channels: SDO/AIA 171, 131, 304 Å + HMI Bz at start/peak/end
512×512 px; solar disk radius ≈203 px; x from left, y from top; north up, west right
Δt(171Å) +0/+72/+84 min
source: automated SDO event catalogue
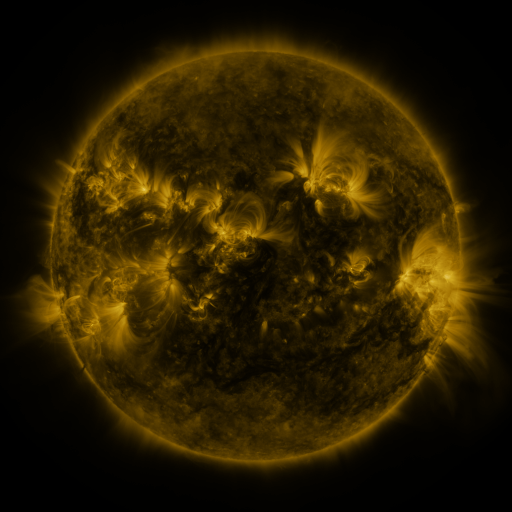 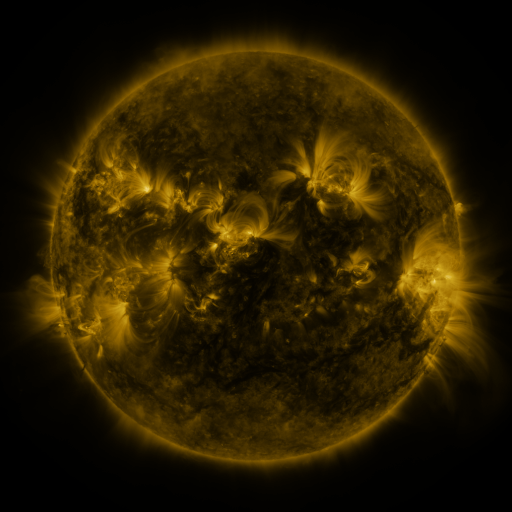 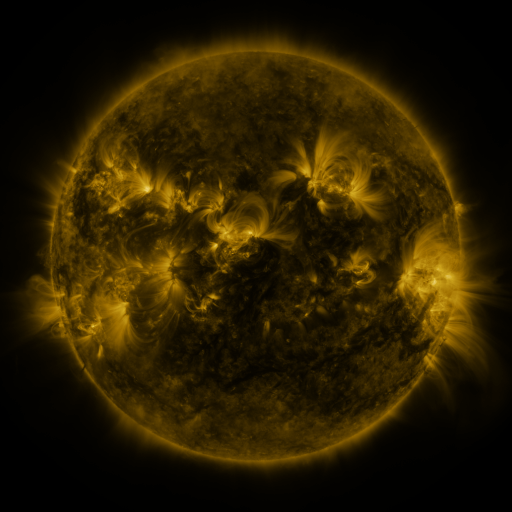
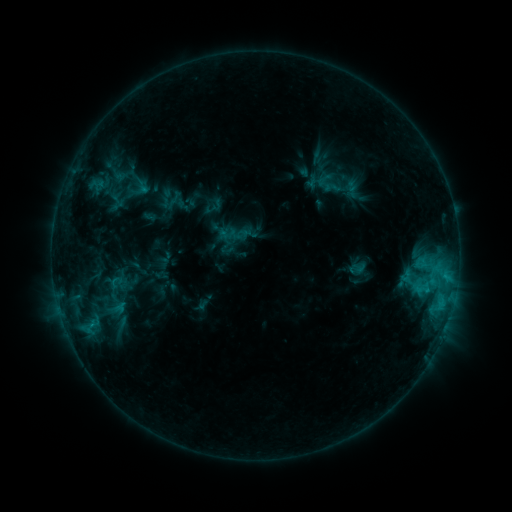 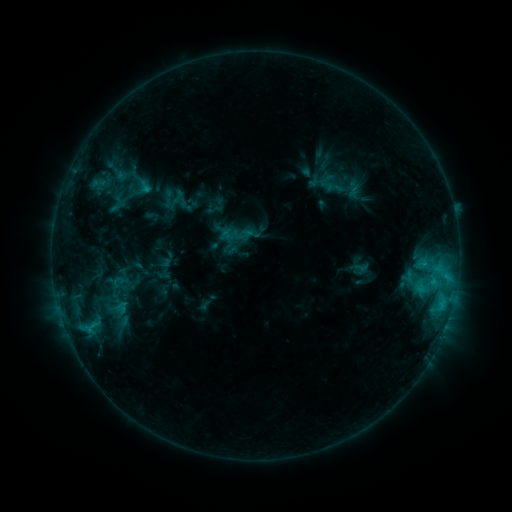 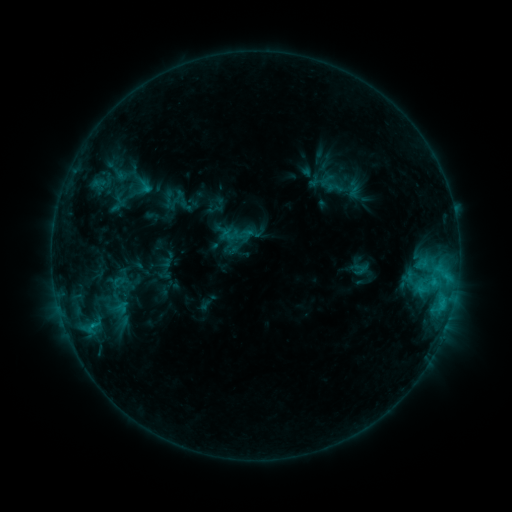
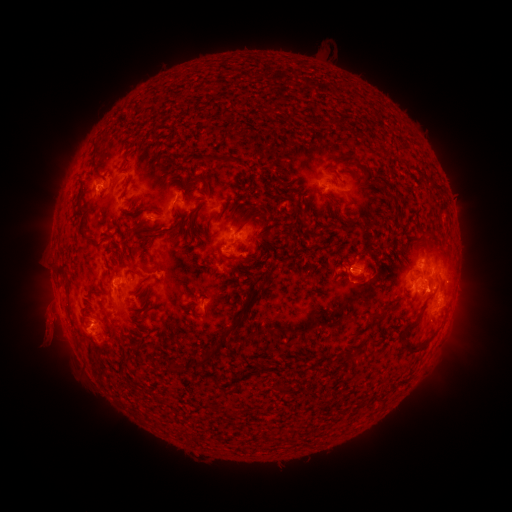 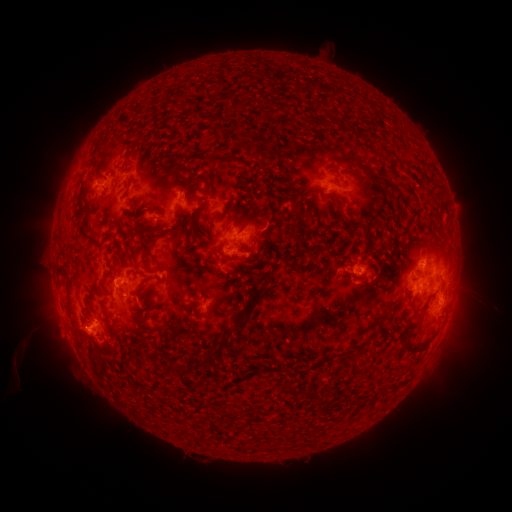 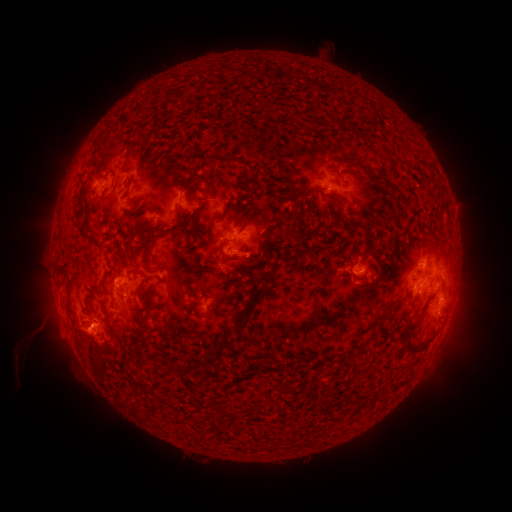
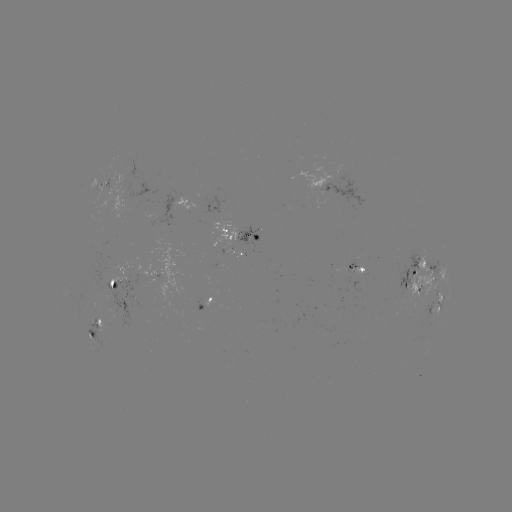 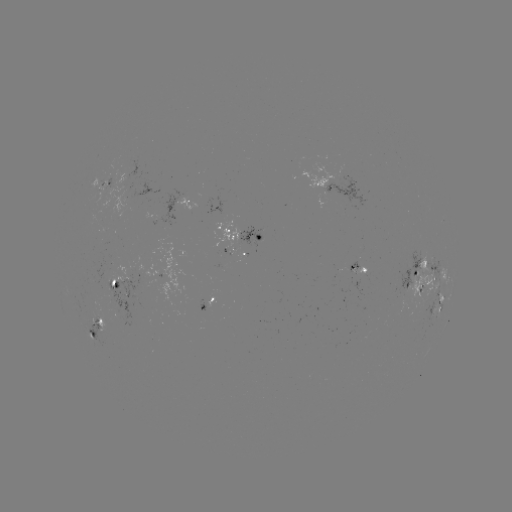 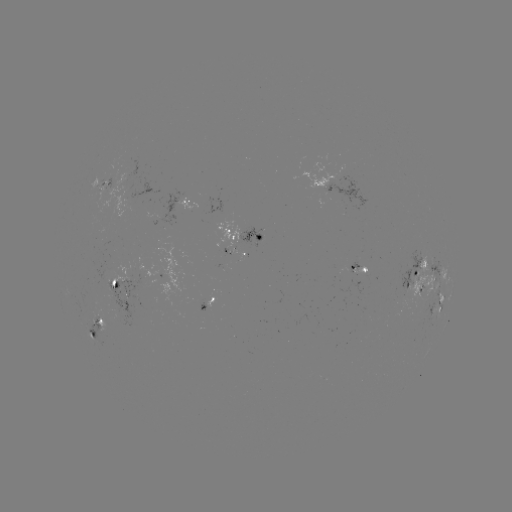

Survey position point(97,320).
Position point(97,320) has emerging-flux region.